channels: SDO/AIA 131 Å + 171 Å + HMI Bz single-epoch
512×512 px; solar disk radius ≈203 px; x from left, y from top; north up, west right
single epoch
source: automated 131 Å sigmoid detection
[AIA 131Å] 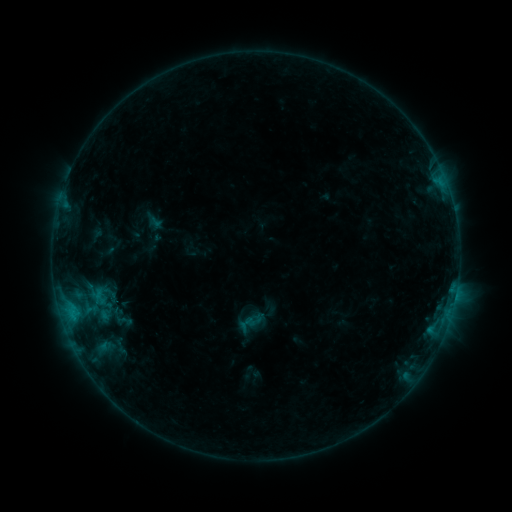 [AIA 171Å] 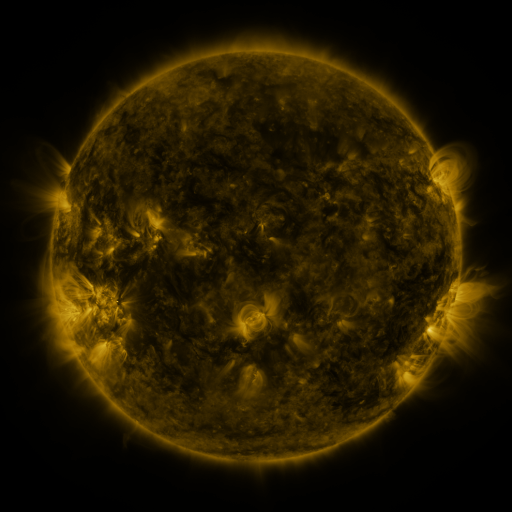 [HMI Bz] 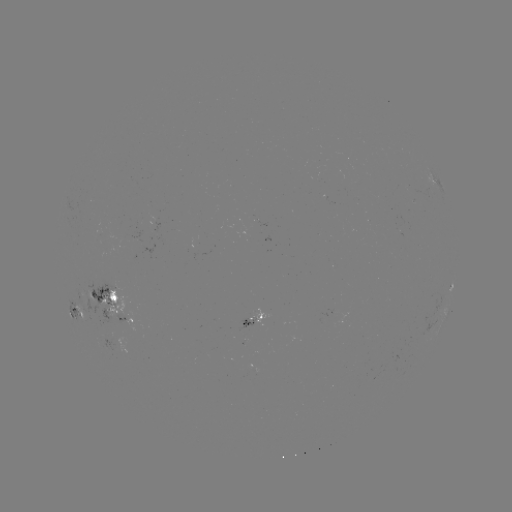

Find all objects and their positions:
sigmoid: (253, 321)
